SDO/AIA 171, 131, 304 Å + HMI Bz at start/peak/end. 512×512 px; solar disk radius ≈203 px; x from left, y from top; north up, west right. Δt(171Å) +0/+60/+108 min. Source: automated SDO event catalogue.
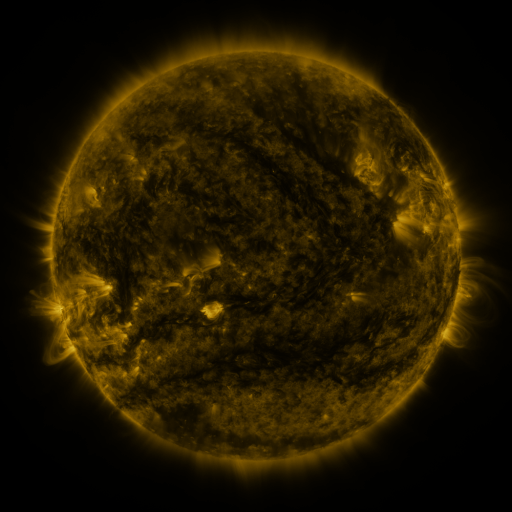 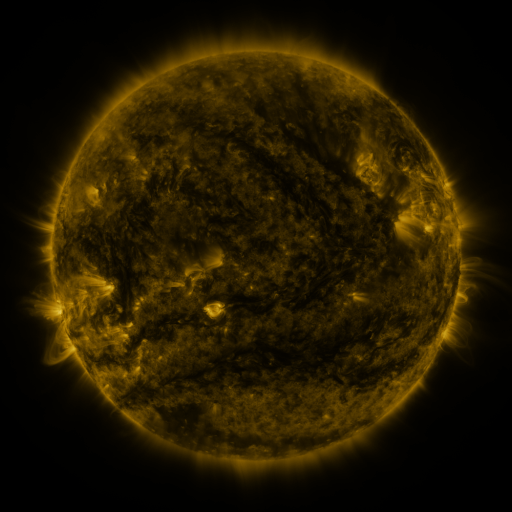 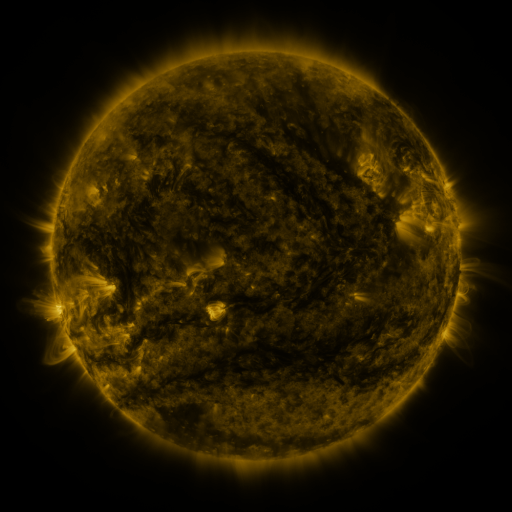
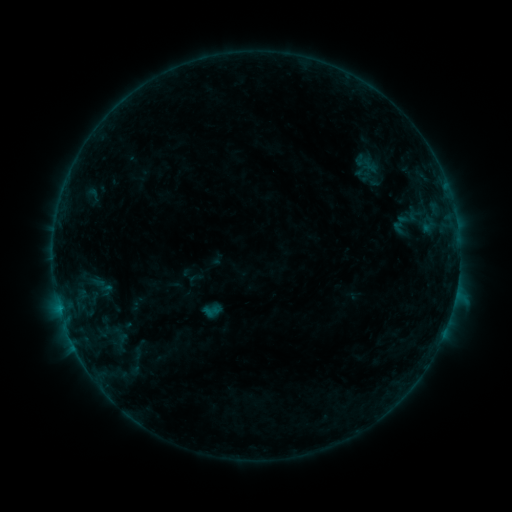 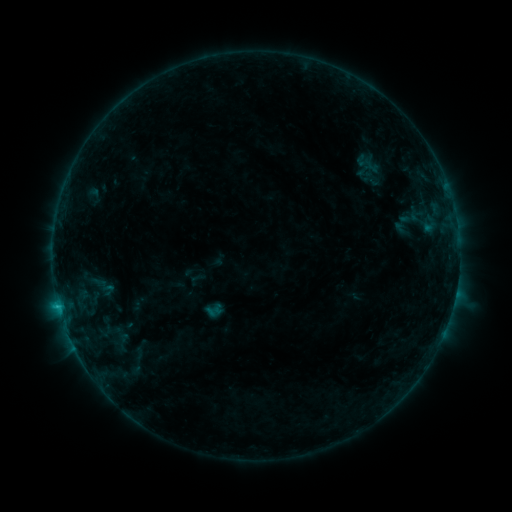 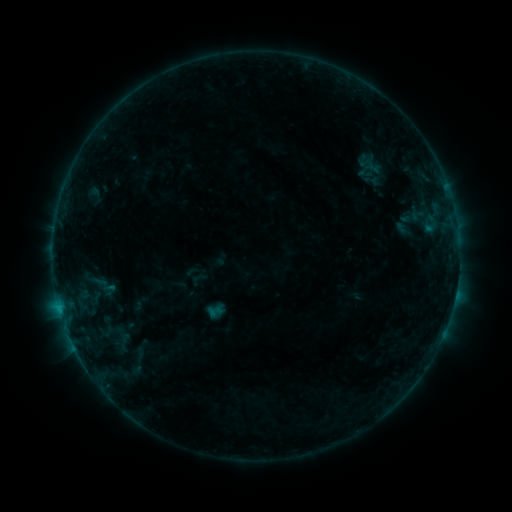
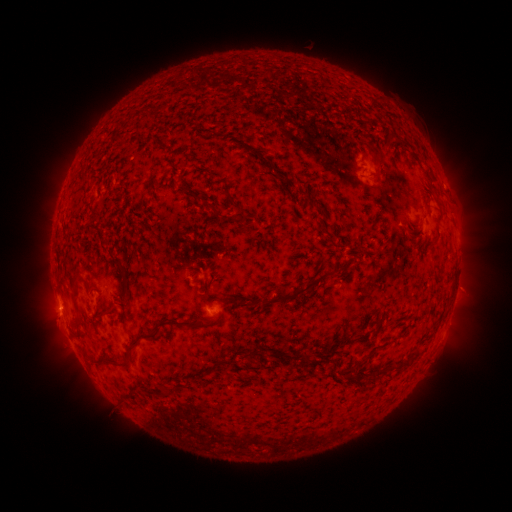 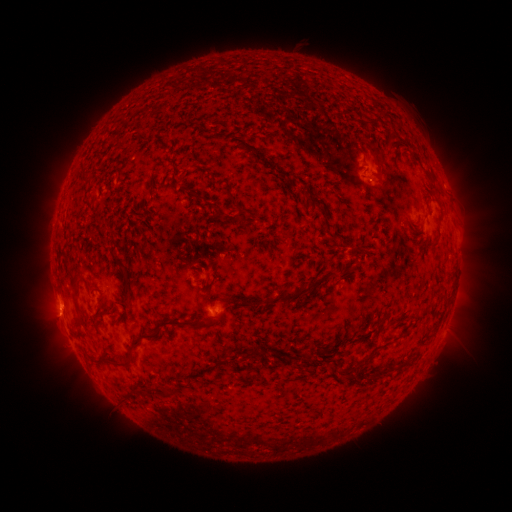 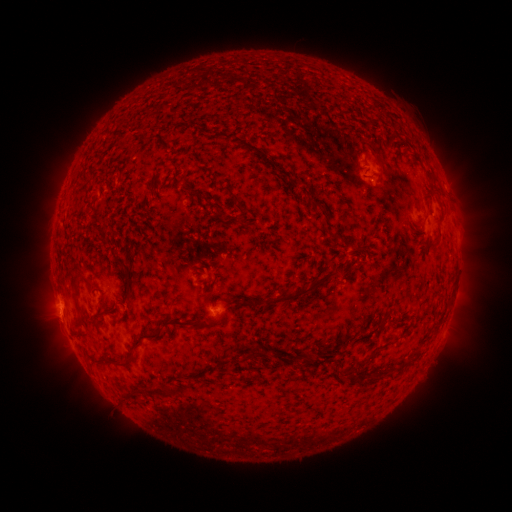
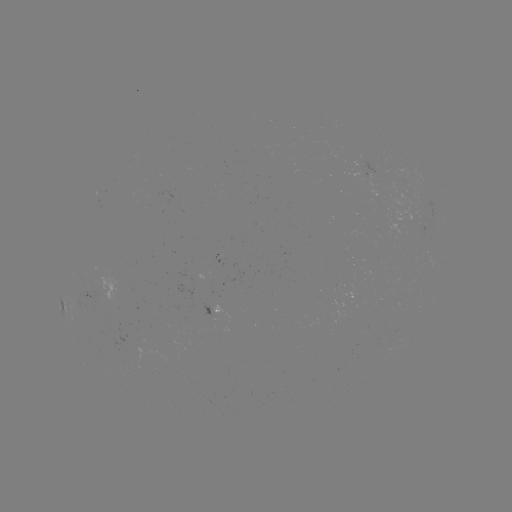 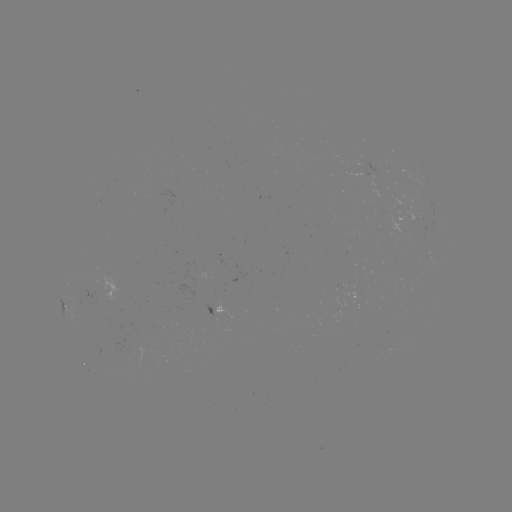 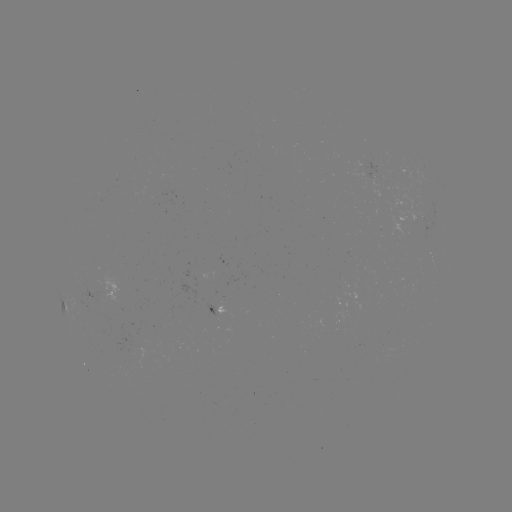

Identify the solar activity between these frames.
C1.1 flare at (60, 303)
